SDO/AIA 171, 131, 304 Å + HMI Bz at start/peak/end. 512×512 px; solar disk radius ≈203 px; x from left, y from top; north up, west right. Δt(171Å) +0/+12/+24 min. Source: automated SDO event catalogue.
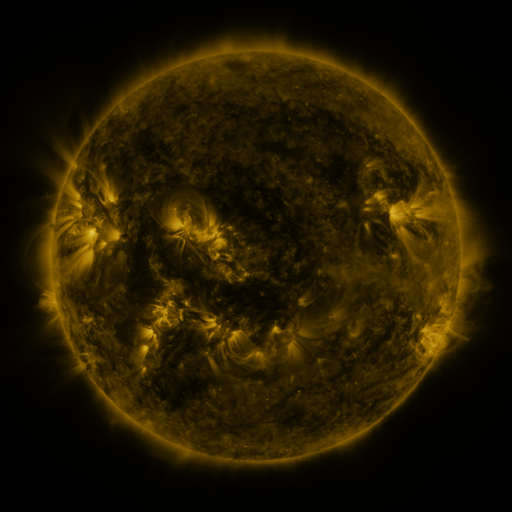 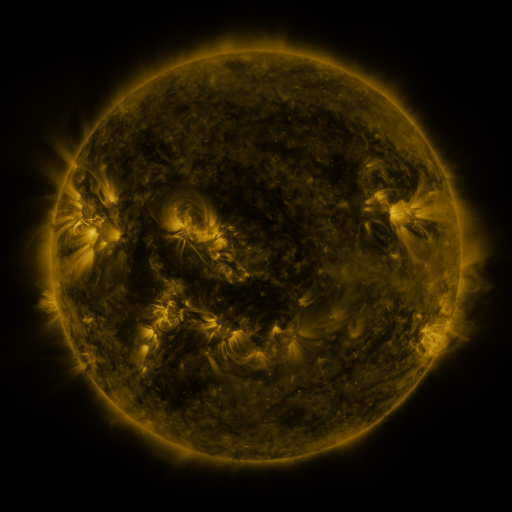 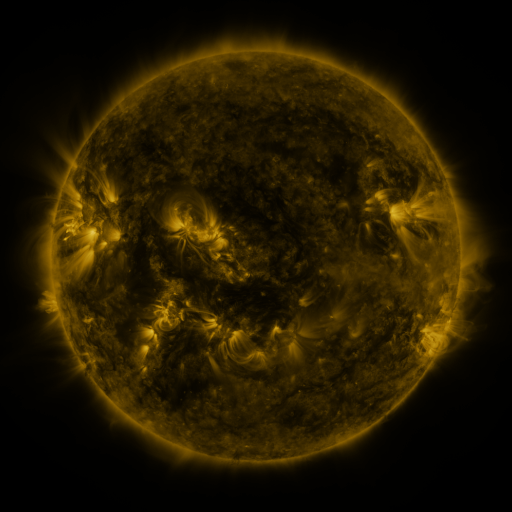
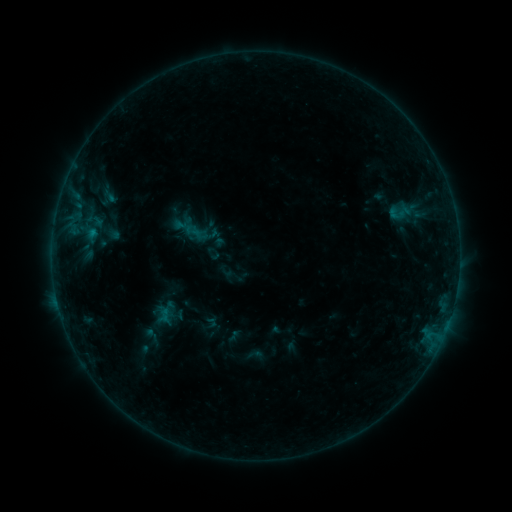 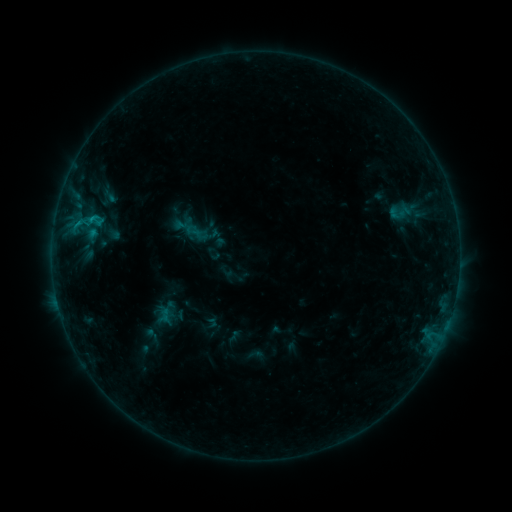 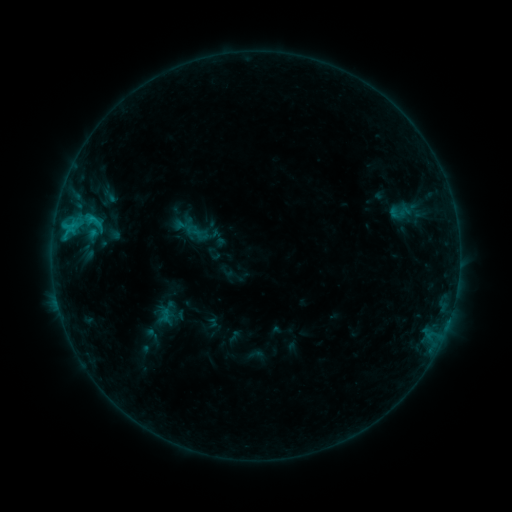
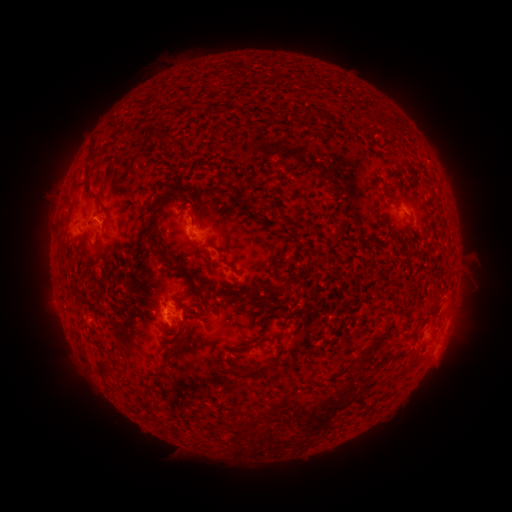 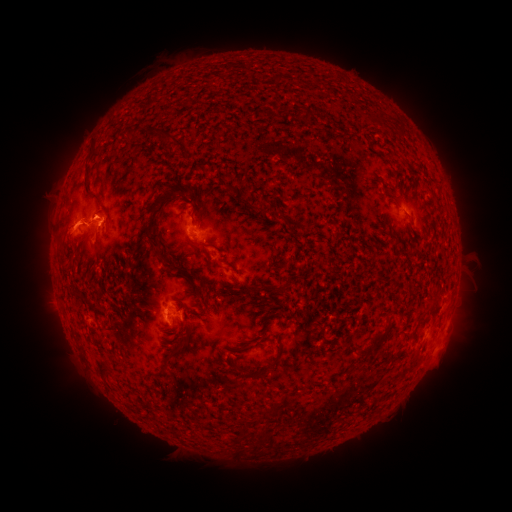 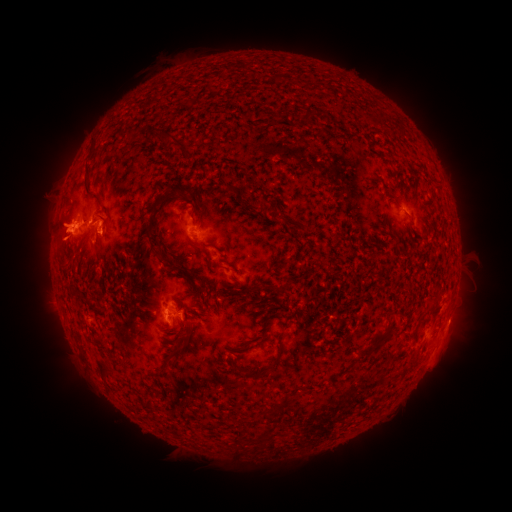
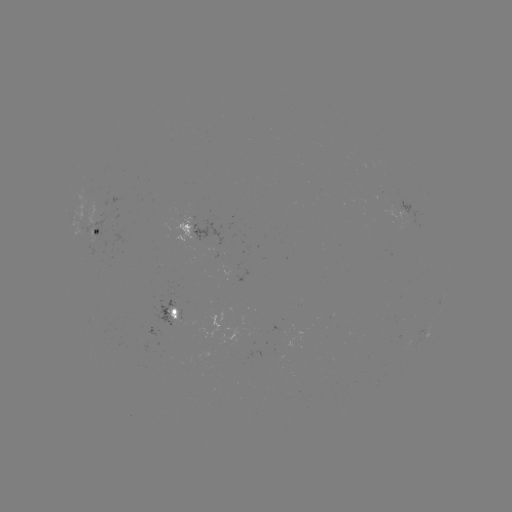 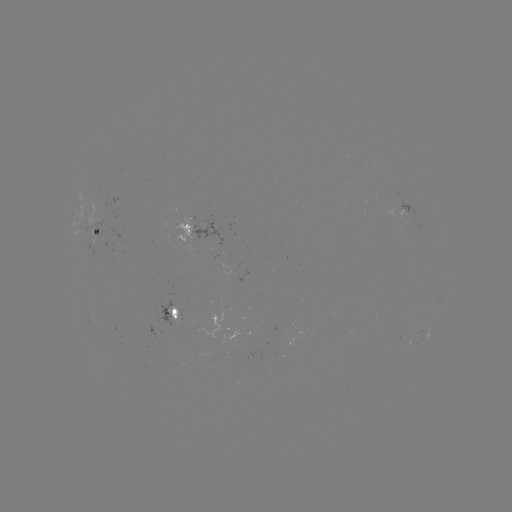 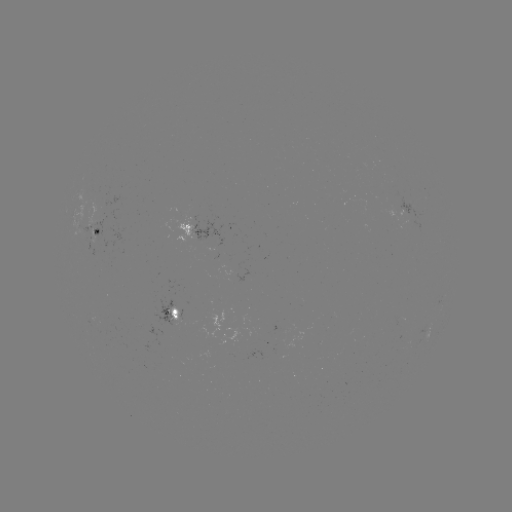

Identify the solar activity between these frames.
eruption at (69, 226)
